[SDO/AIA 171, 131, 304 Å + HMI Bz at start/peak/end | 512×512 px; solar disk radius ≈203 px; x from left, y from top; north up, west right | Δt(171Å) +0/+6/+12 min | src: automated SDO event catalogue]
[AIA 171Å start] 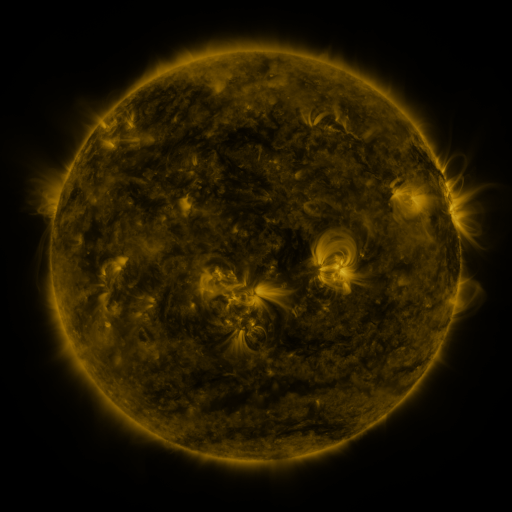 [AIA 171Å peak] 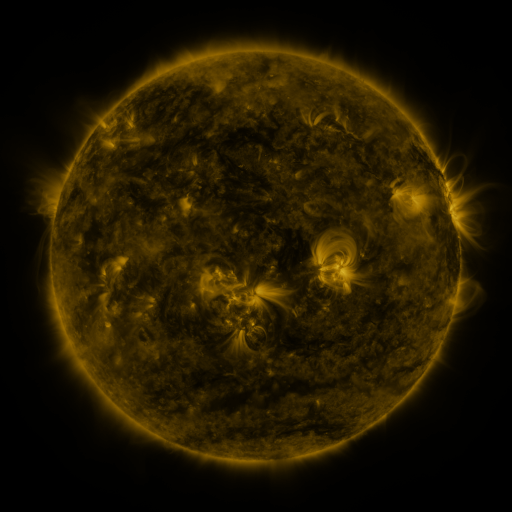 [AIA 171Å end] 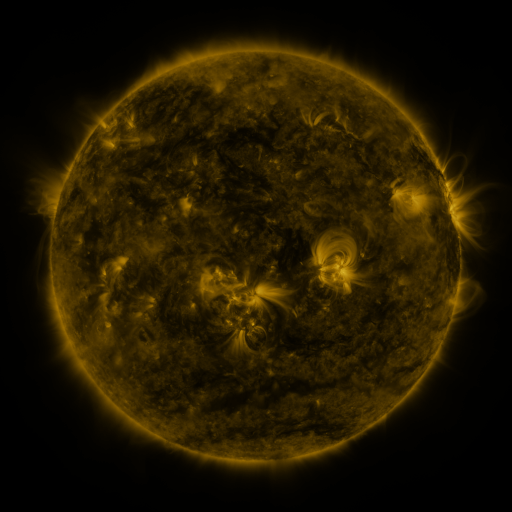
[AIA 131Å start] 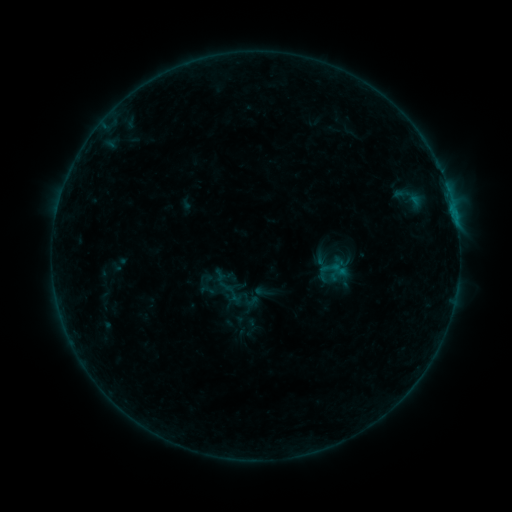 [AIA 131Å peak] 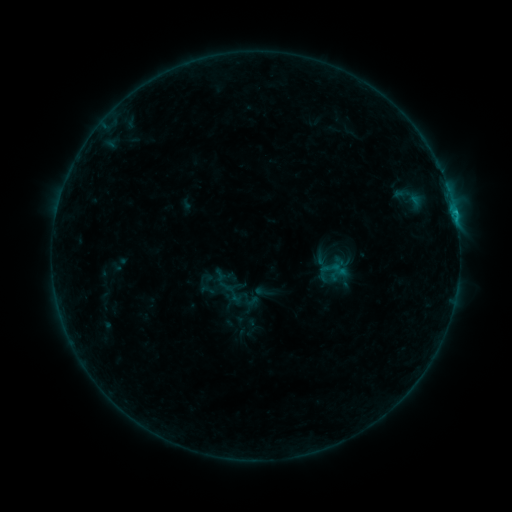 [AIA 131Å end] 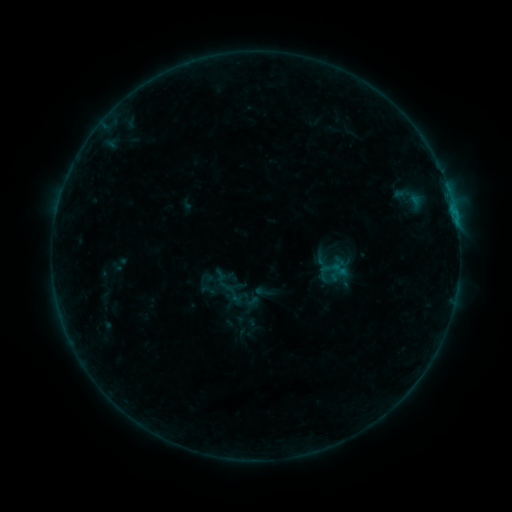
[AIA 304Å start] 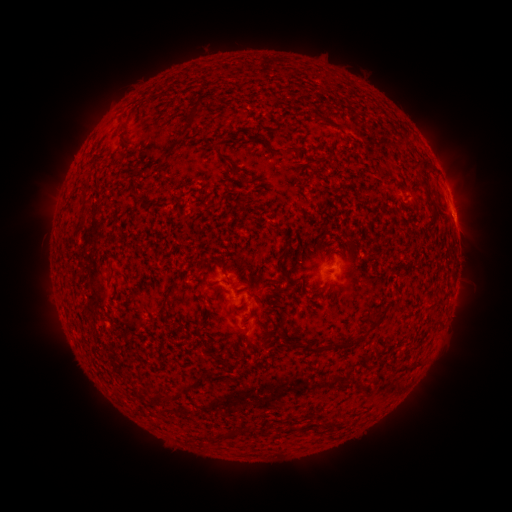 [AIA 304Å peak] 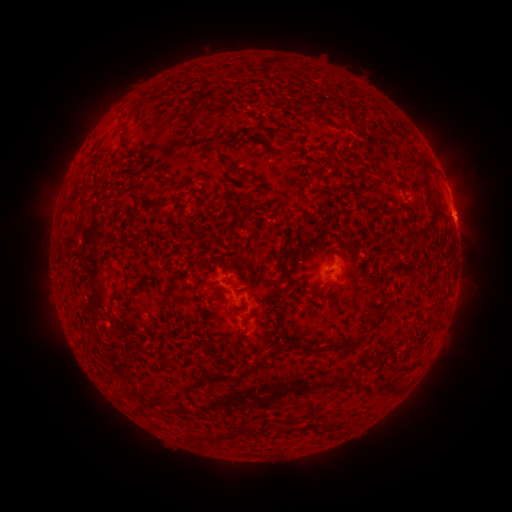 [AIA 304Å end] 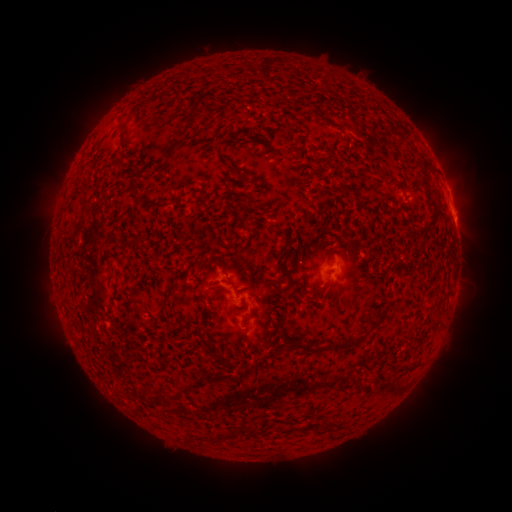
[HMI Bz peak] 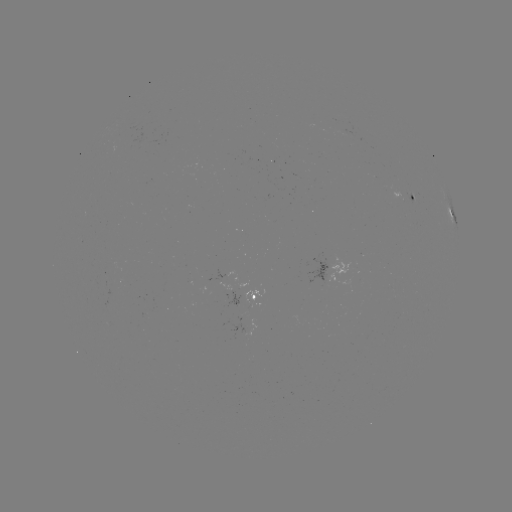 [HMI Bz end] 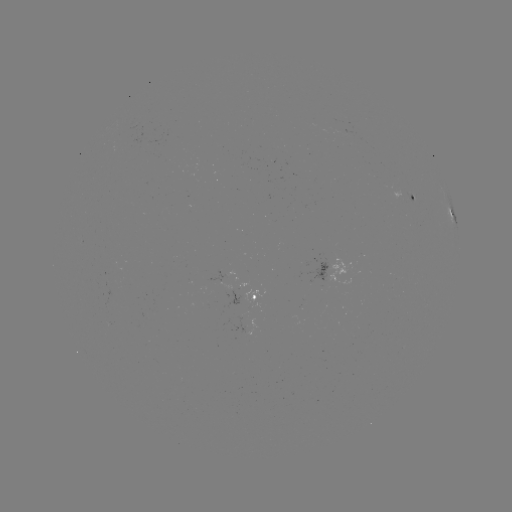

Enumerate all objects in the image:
B6.9 flare: (453, 217)
